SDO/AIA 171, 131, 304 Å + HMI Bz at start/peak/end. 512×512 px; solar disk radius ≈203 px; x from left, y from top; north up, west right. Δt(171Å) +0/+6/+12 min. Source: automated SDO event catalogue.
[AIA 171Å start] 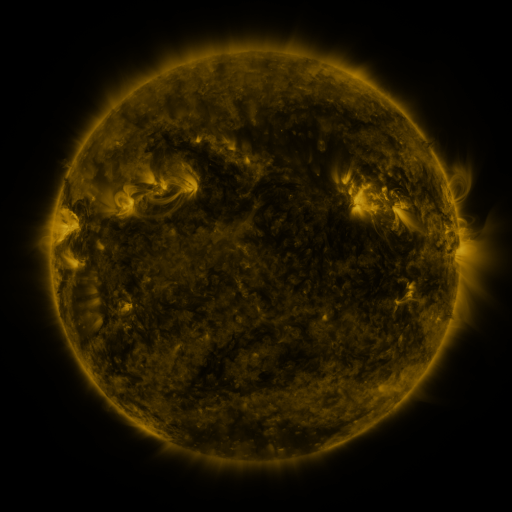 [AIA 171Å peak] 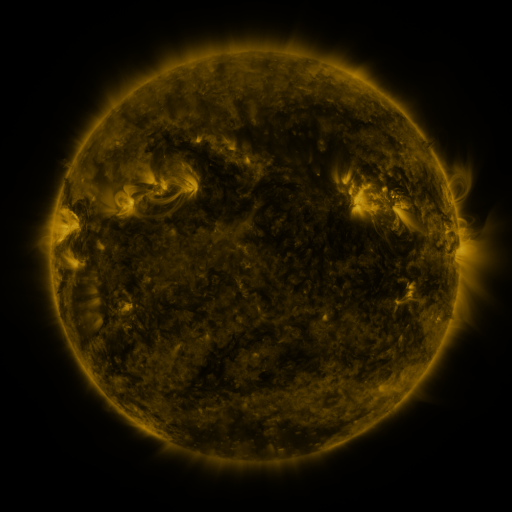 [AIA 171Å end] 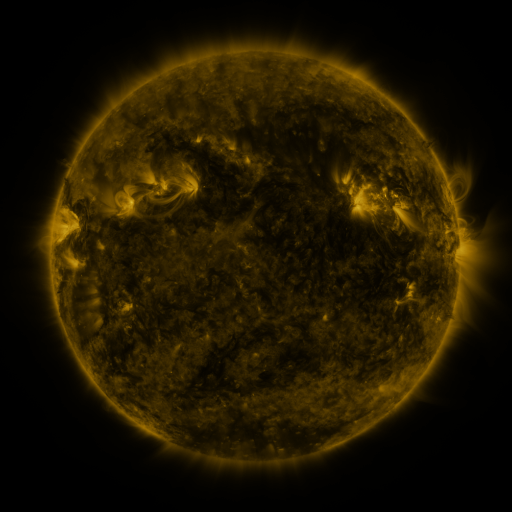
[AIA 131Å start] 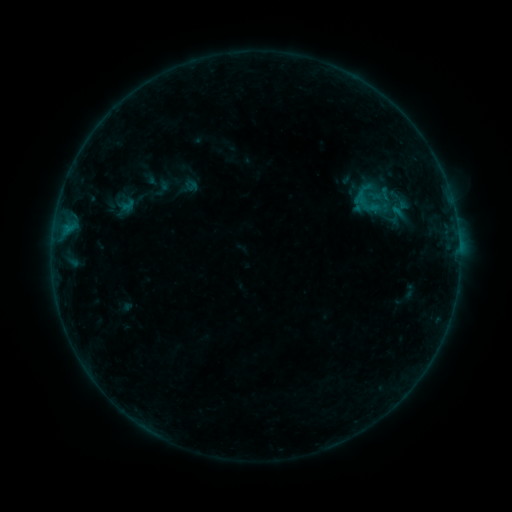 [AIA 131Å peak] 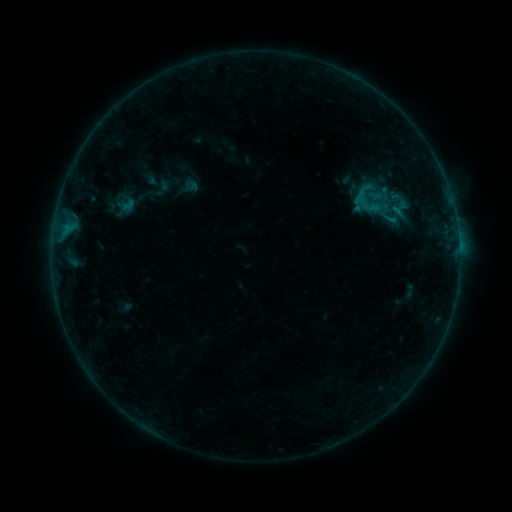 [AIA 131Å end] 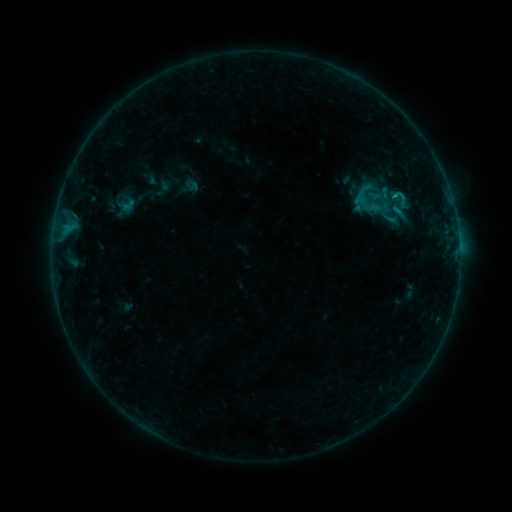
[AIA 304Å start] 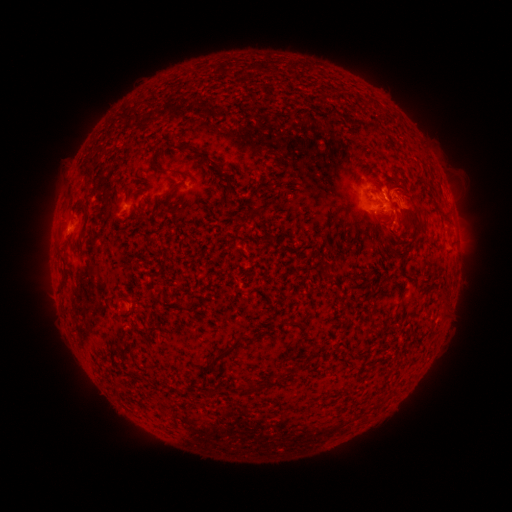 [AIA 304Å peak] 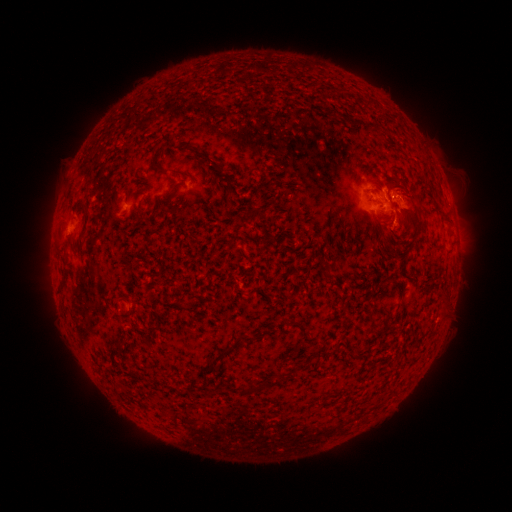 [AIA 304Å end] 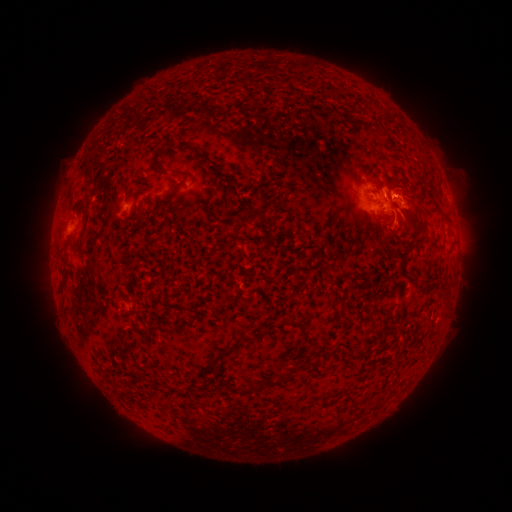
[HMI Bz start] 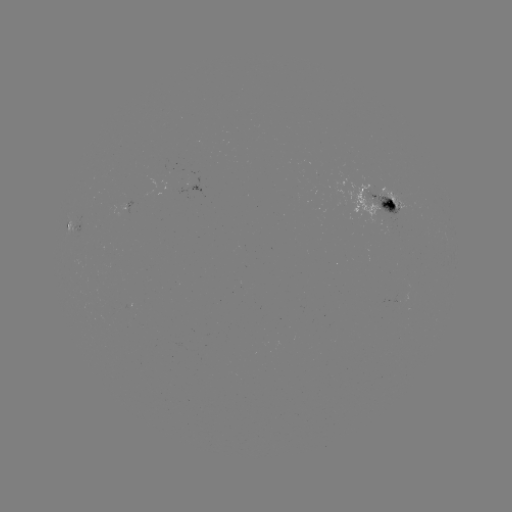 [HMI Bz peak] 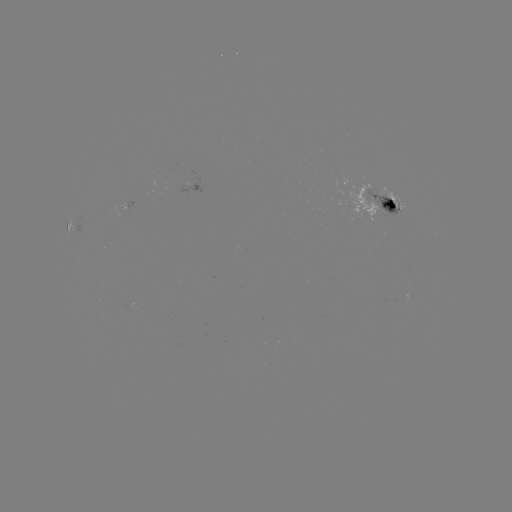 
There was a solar flare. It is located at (394, 196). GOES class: B9.6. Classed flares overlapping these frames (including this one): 1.